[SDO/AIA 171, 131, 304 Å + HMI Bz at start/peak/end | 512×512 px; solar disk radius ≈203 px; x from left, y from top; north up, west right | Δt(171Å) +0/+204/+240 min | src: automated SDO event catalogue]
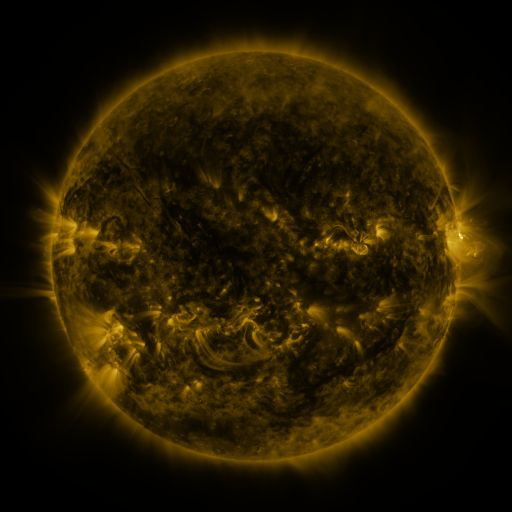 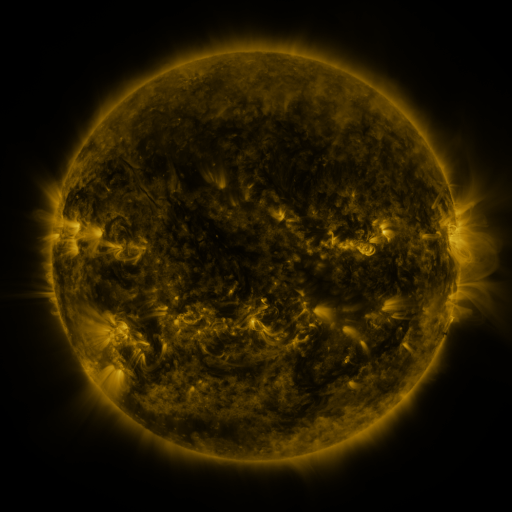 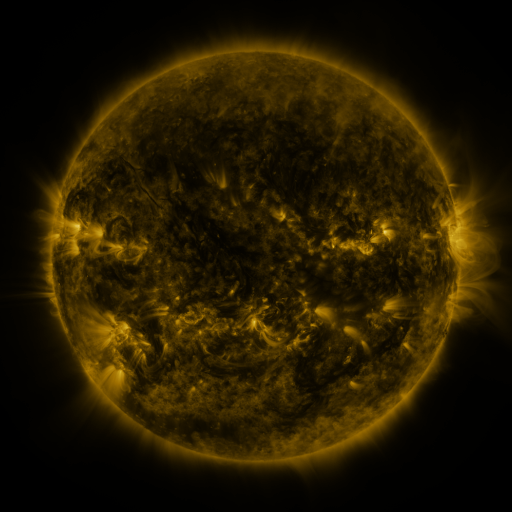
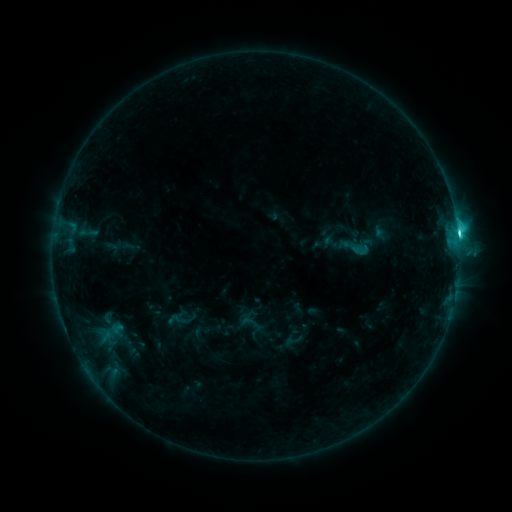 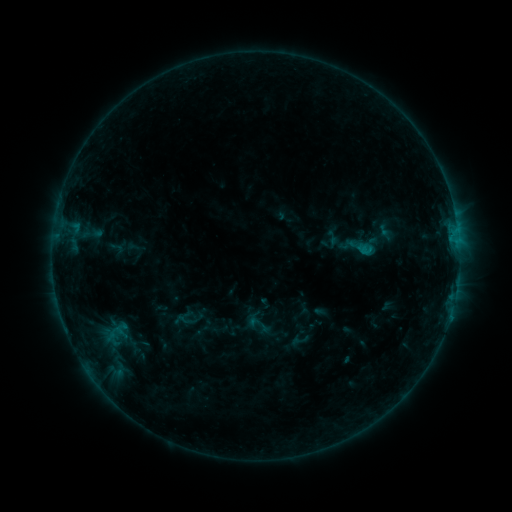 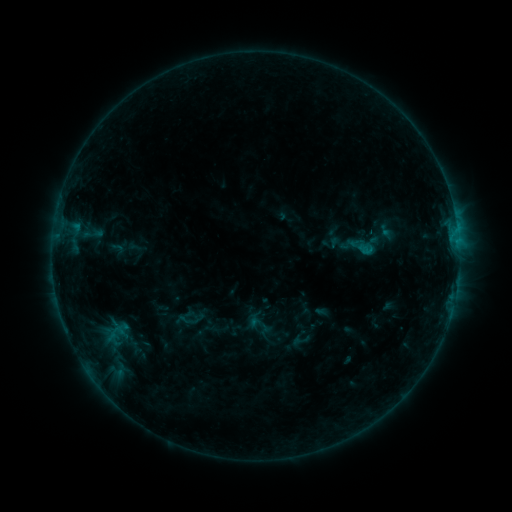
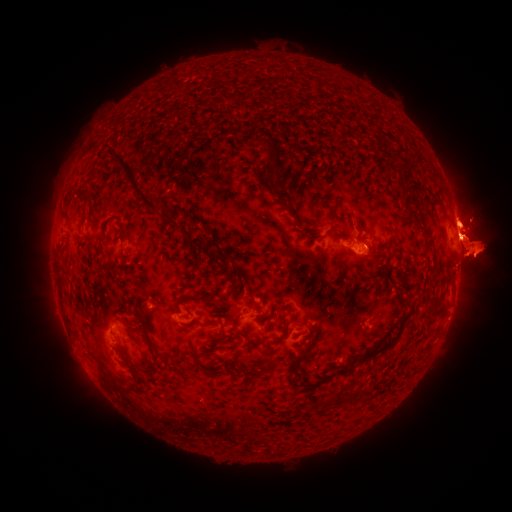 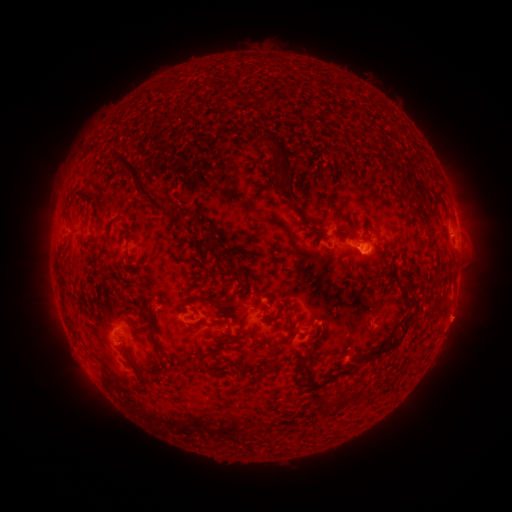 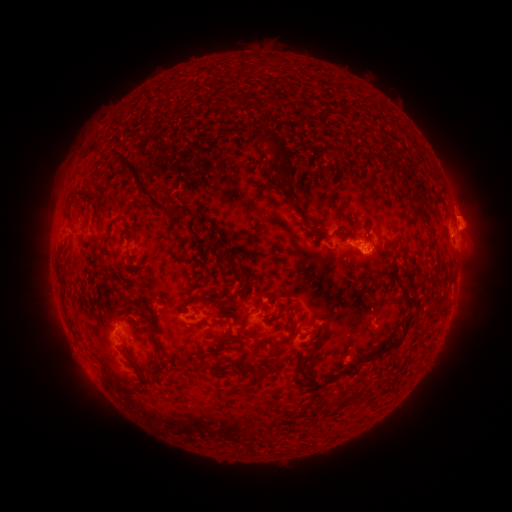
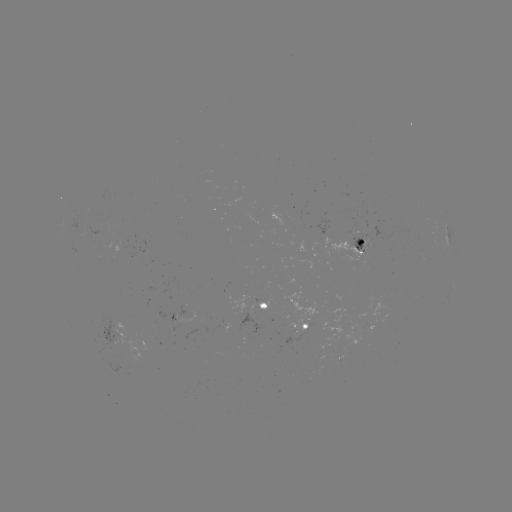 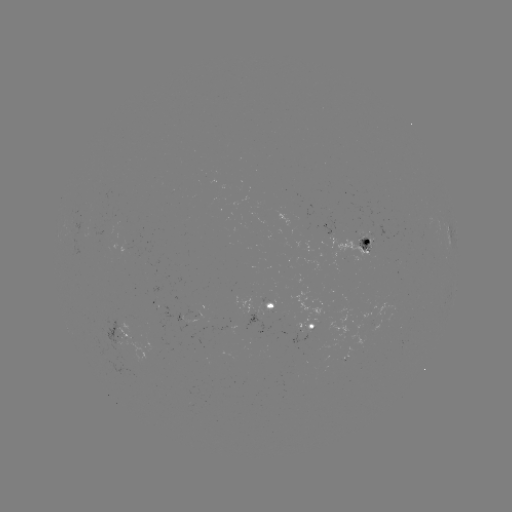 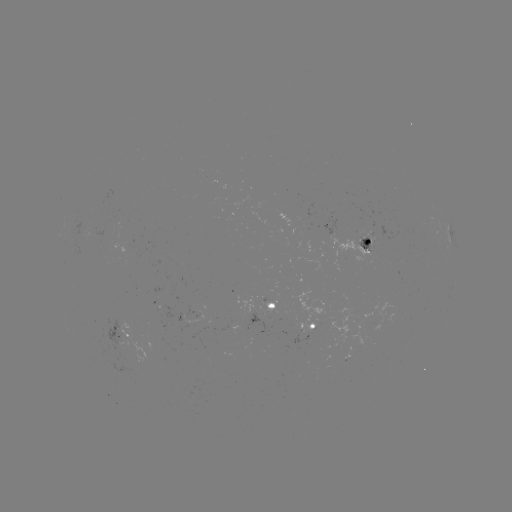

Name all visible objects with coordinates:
emerging-flux region: (367, 246)
